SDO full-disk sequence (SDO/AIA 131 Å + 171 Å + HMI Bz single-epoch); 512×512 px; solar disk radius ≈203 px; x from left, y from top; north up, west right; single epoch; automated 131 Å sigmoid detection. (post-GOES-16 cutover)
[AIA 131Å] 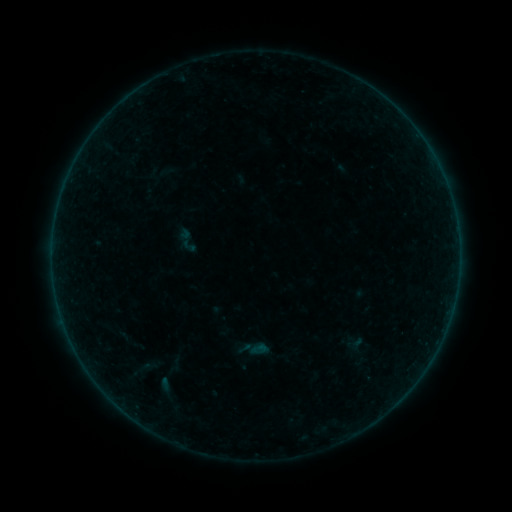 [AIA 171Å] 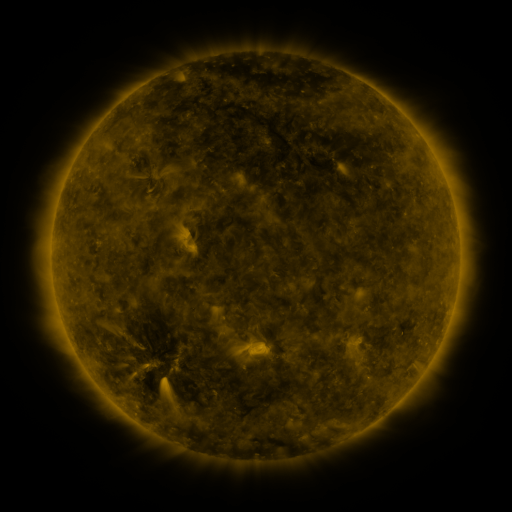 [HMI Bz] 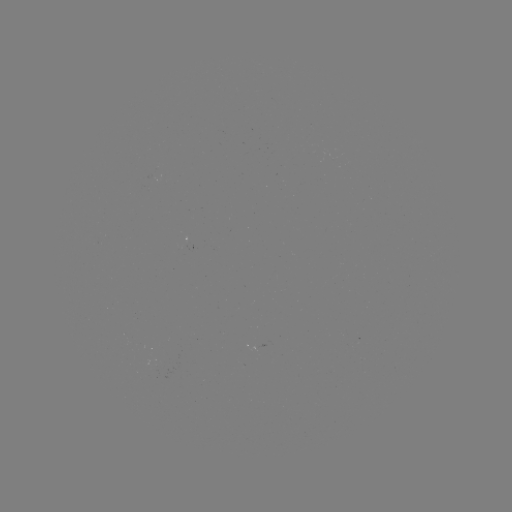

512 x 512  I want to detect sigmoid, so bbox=[173, 226, 201, 255].